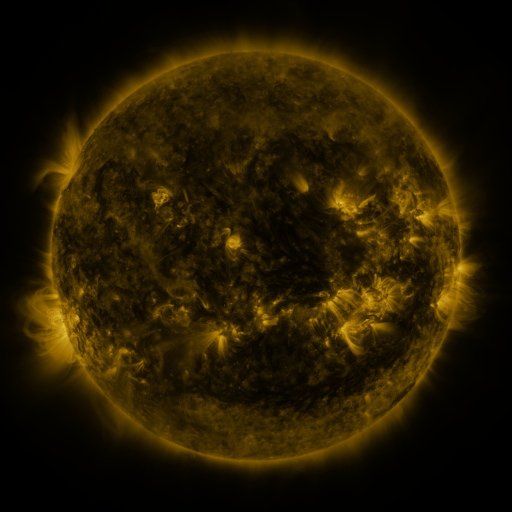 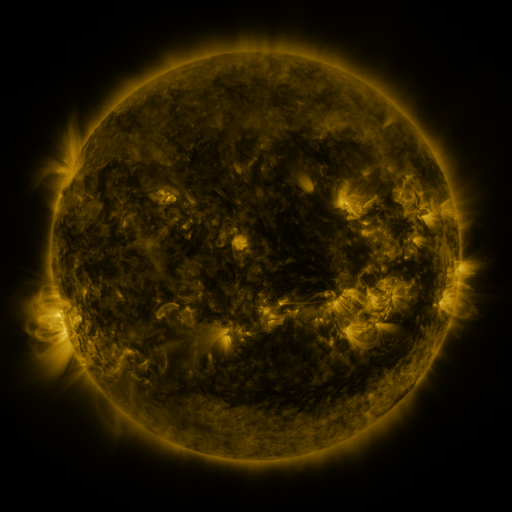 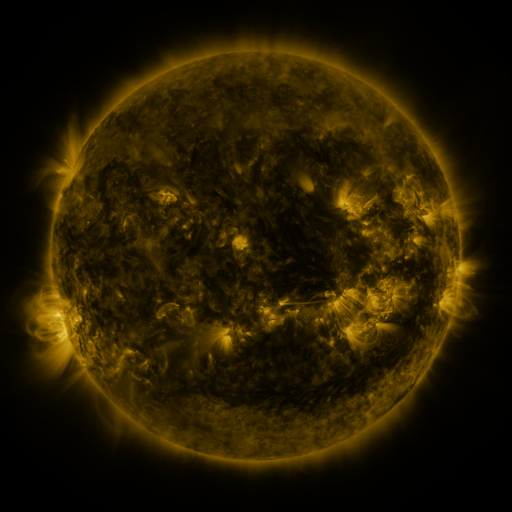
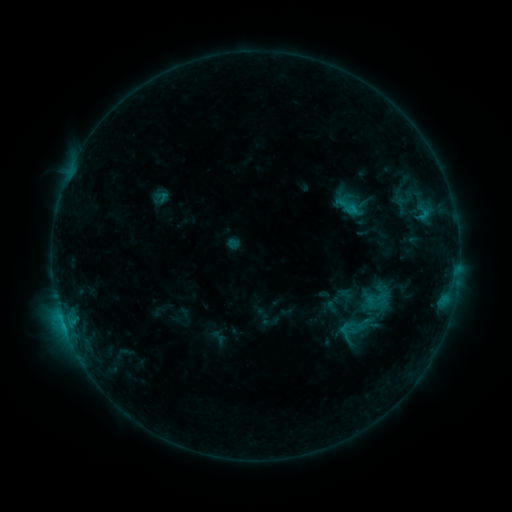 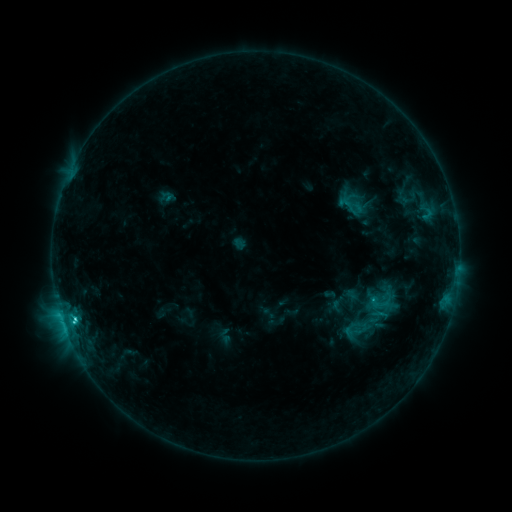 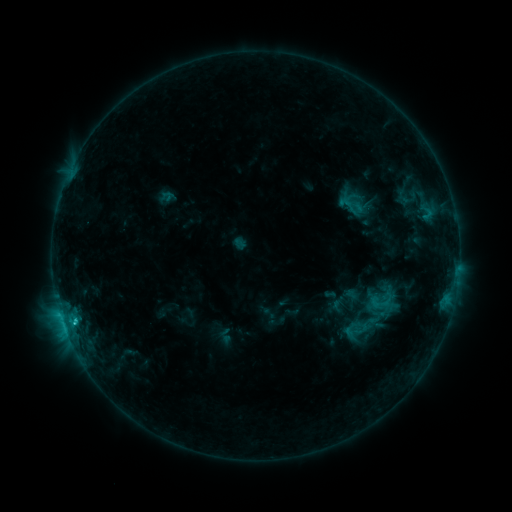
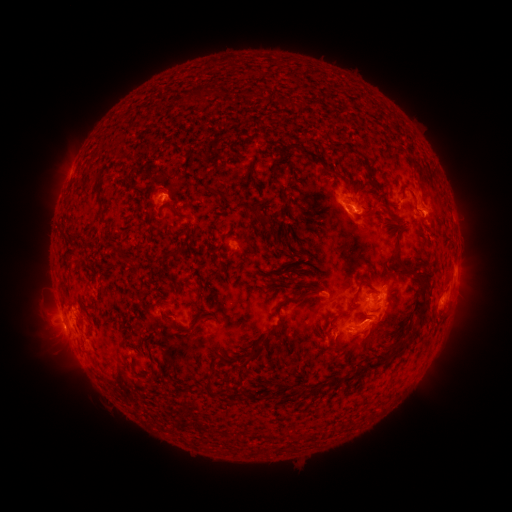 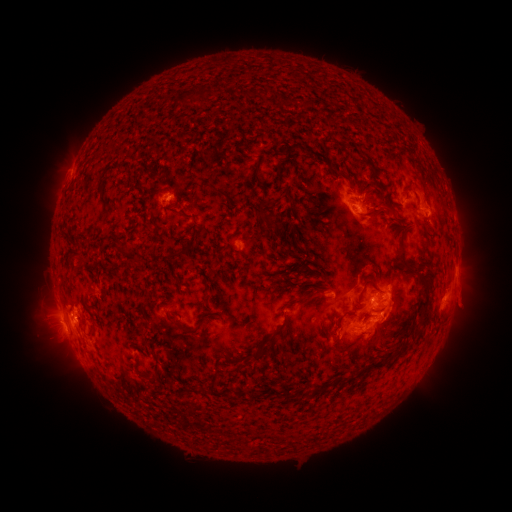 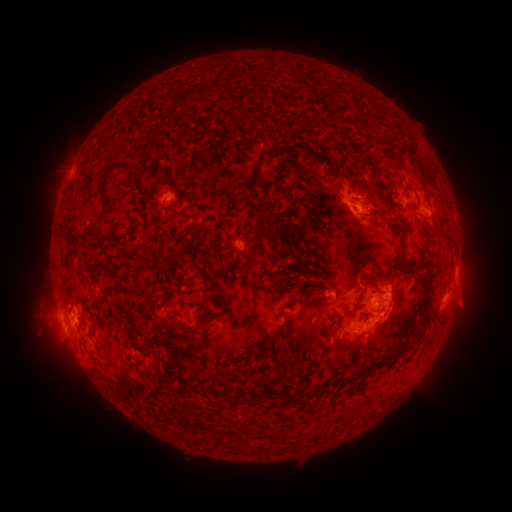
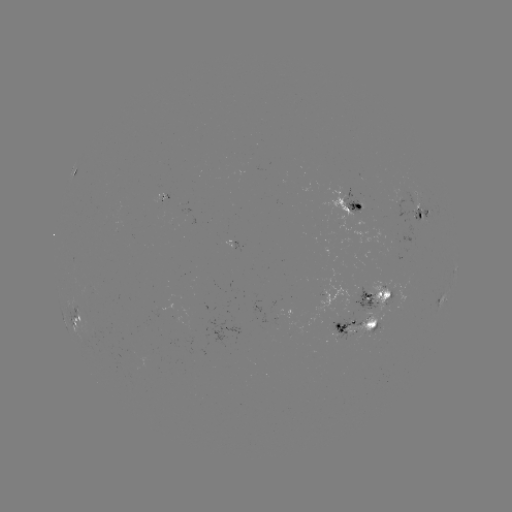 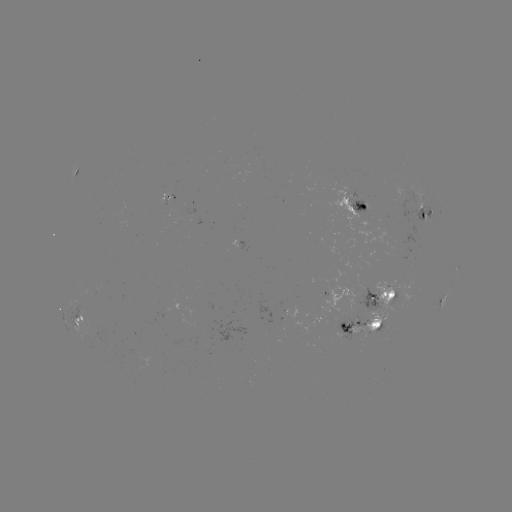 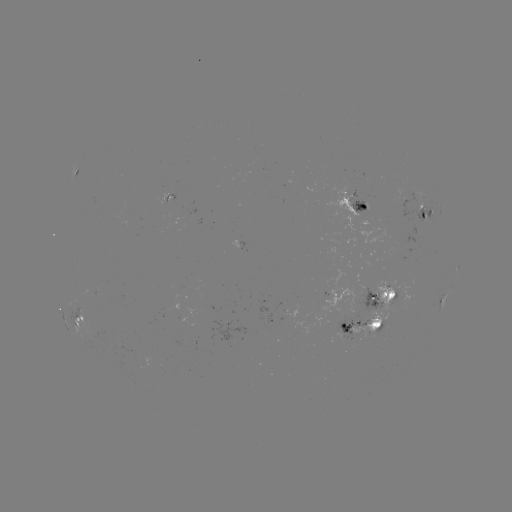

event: emerging-flux region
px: (167, 201)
